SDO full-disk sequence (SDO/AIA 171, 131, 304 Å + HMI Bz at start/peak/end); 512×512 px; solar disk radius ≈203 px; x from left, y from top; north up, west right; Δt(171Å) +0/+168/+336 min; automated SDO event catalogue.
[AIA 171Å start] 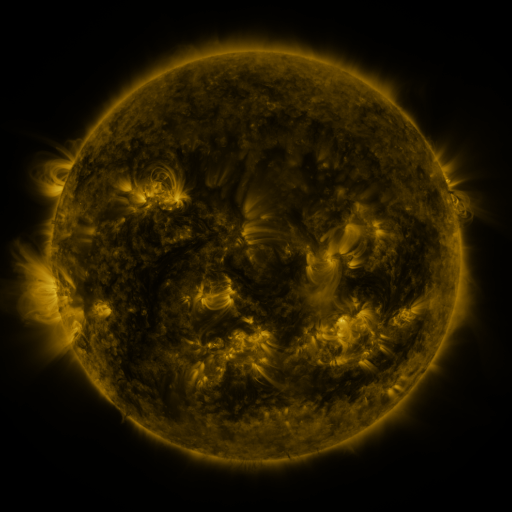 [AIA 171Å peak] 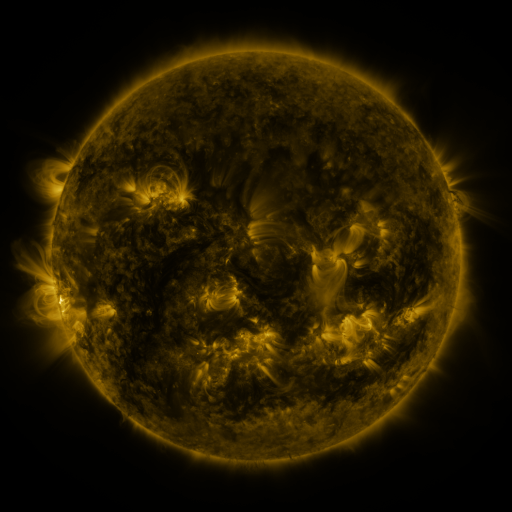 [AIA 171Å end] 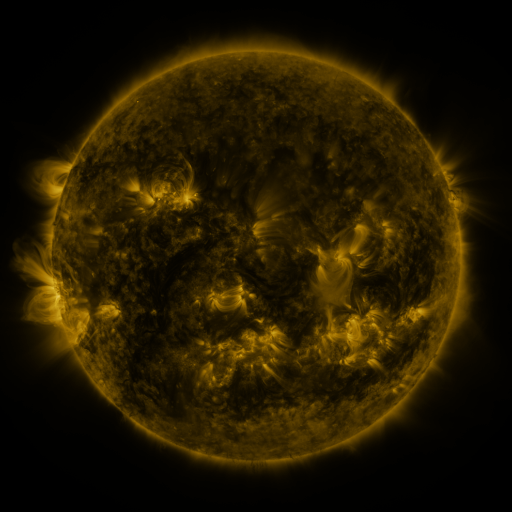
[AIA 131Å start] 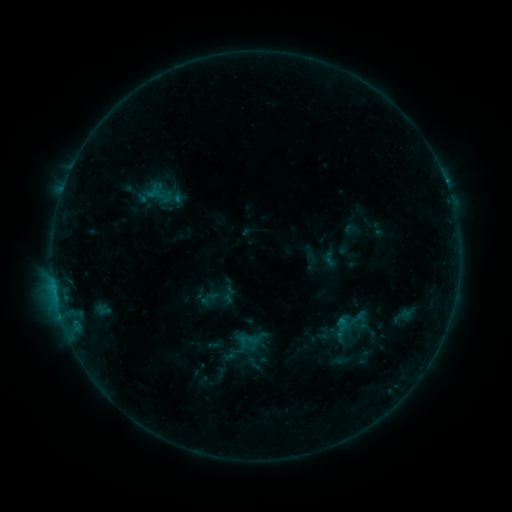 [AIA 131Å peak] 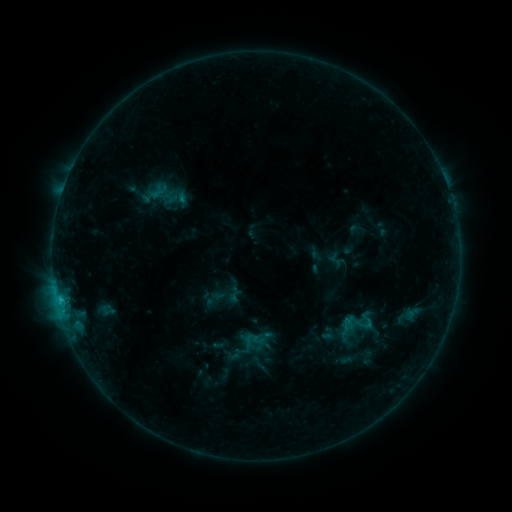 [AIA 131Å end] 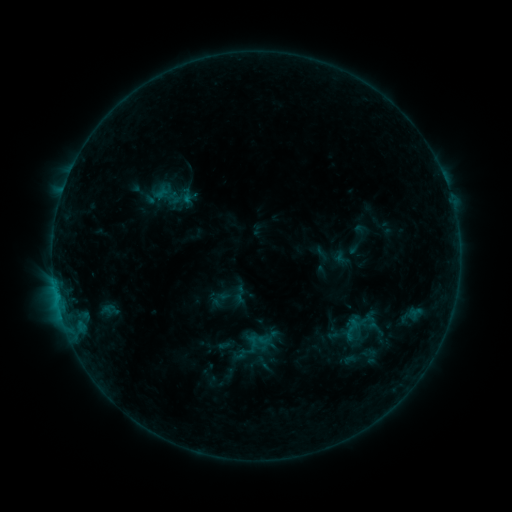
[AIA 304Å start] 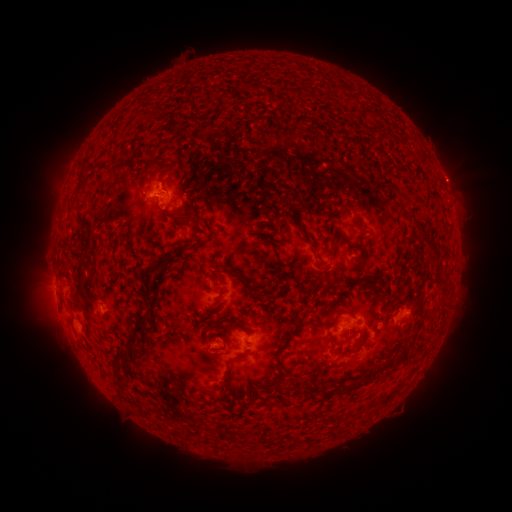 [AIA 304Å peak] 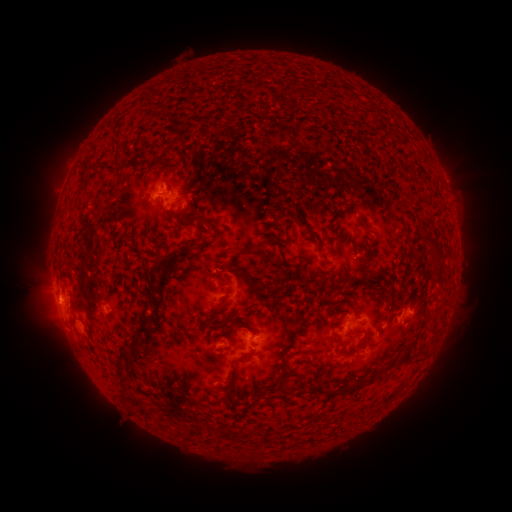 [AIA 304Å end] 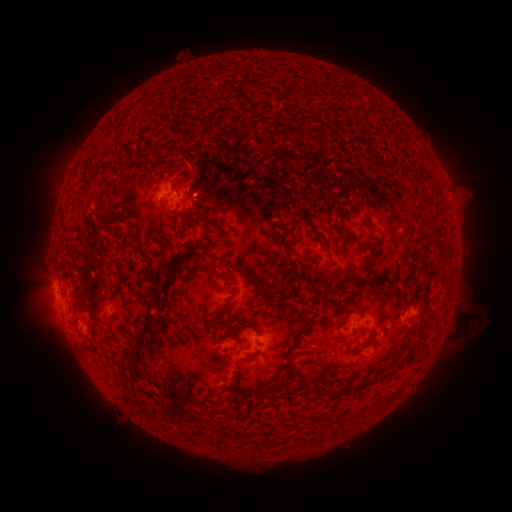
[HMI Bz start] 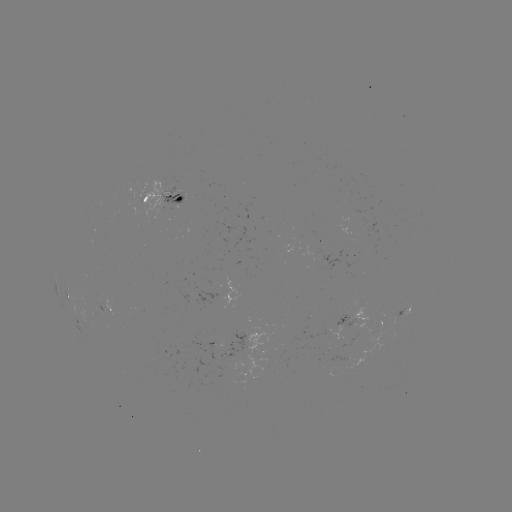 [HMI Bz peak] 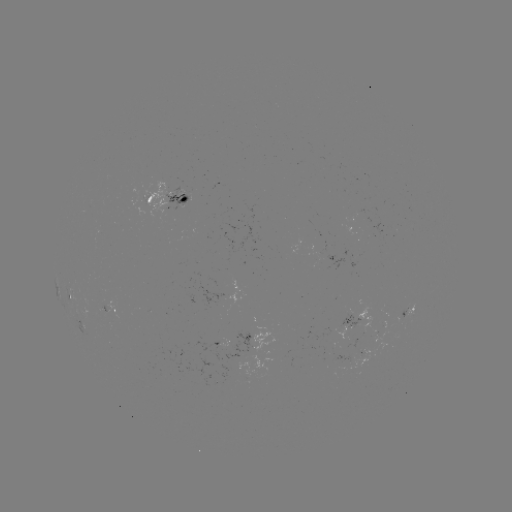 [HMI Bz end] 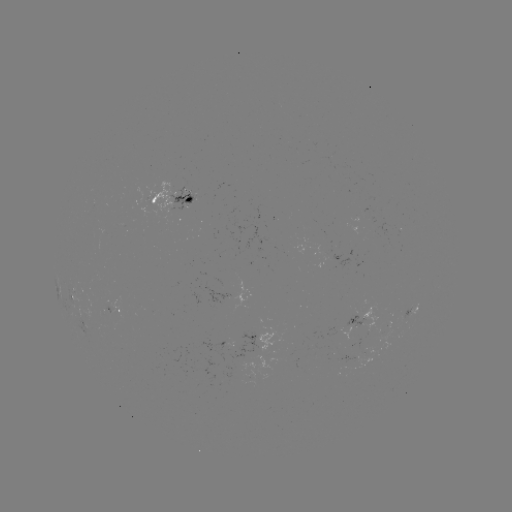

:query filament eruption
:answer [24, 299]